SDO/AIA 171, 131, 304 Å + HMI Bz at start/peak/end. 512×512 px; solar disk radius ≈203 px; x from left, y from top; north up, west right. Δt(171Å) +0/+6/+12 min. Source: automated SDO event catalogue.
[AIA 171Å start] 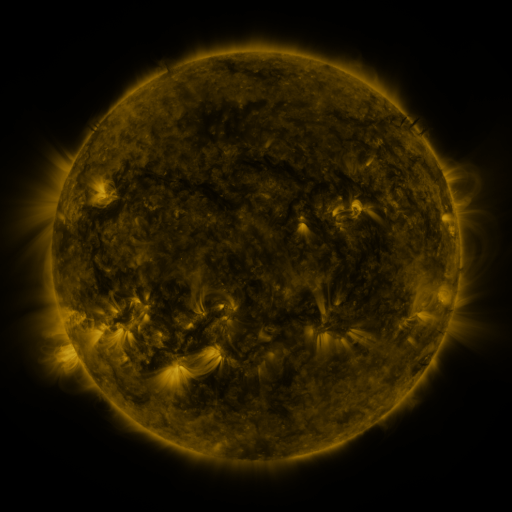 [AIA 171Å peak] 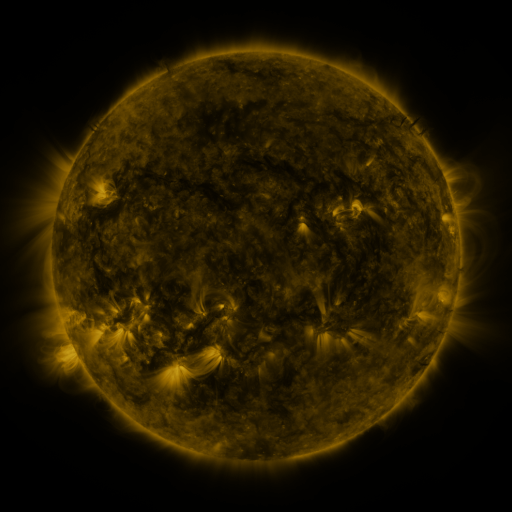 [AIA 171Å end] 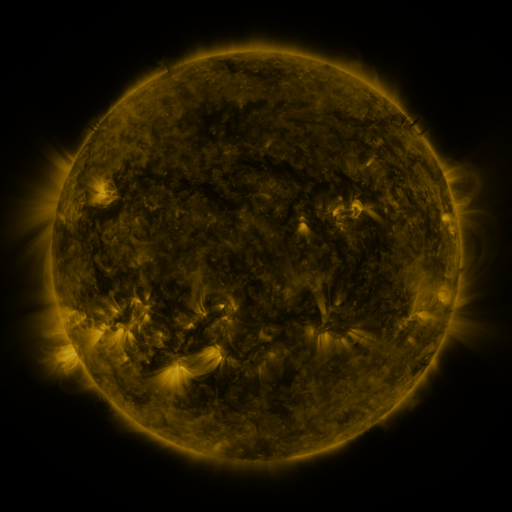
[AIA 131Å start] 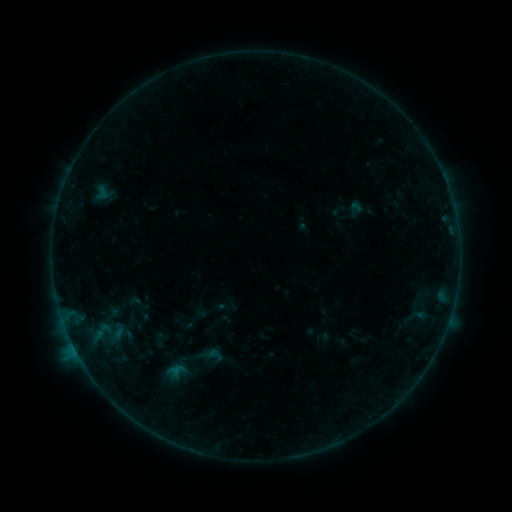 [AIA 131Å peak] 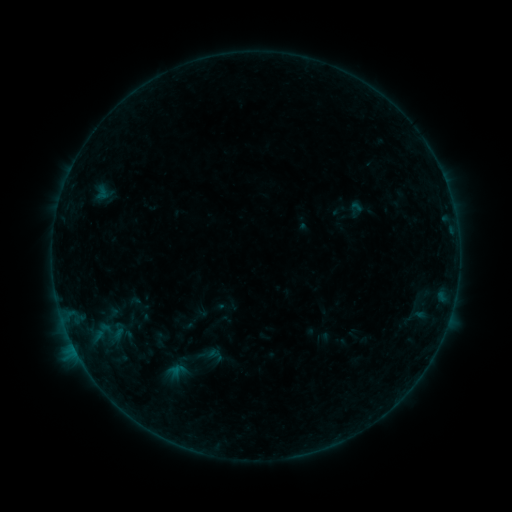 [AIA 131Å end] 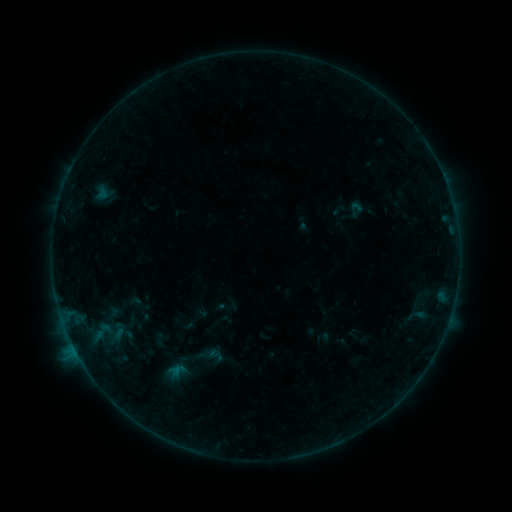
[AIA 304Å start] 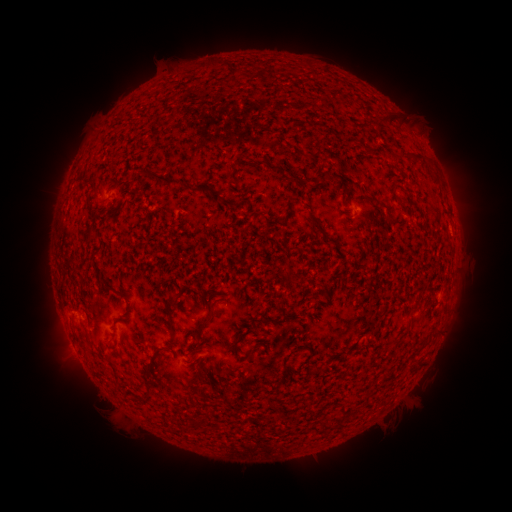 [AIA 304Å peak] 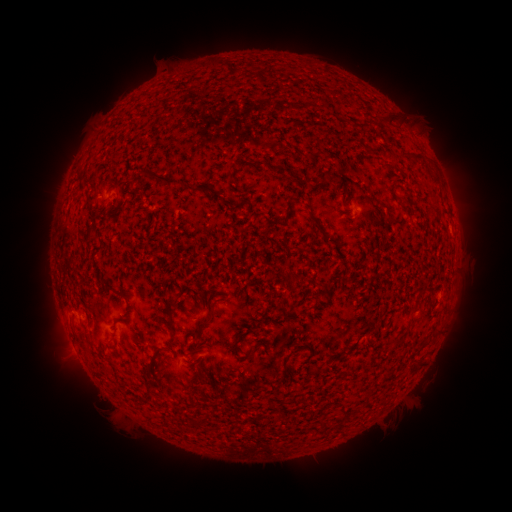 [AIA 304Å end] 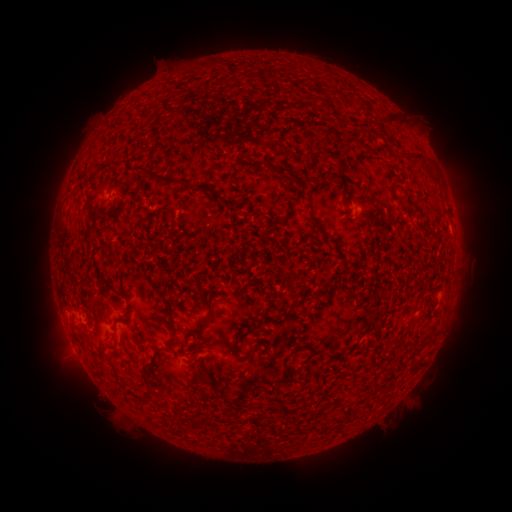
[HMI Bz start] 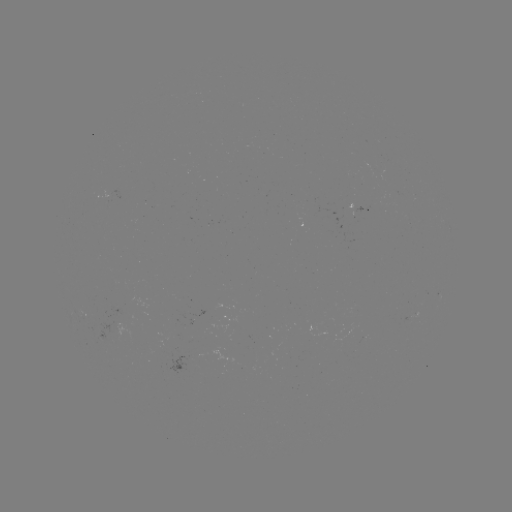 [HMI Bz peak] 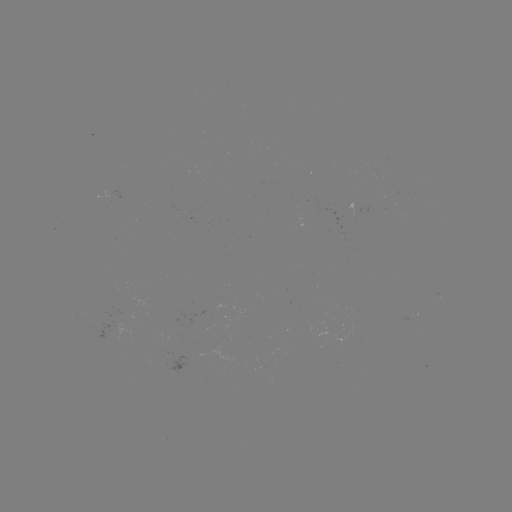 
no catalogued flare and no flagged EUV brightening in this window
